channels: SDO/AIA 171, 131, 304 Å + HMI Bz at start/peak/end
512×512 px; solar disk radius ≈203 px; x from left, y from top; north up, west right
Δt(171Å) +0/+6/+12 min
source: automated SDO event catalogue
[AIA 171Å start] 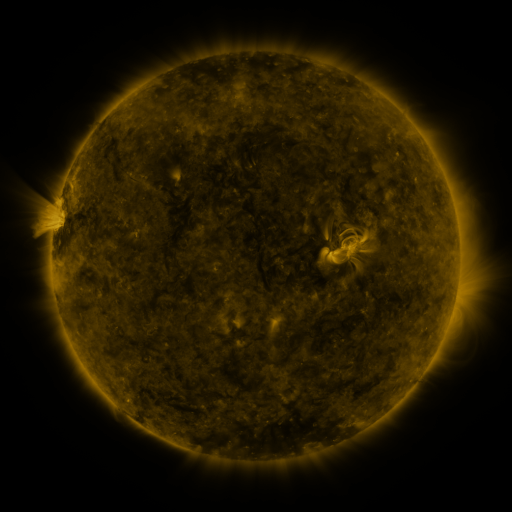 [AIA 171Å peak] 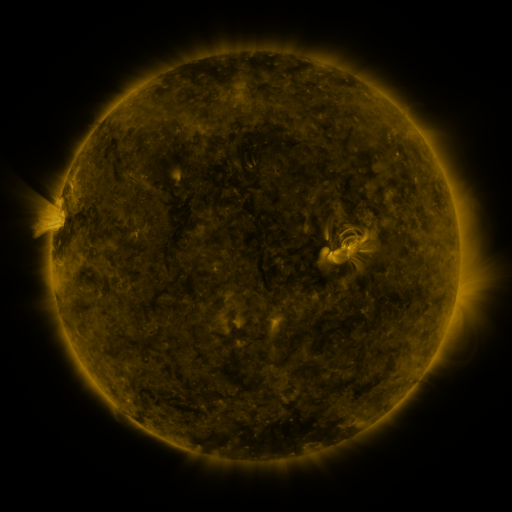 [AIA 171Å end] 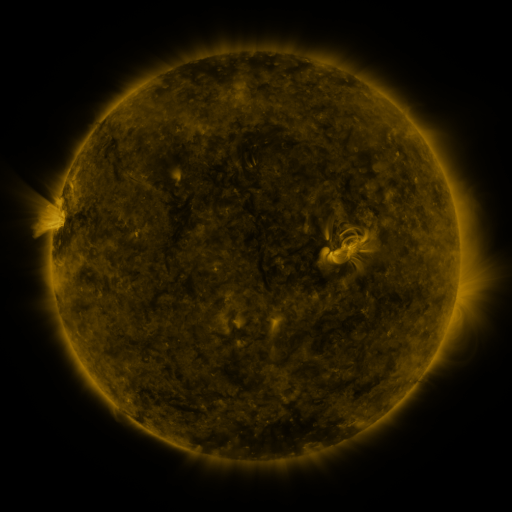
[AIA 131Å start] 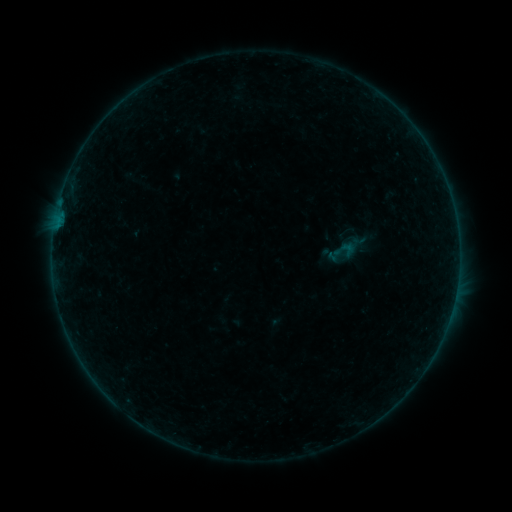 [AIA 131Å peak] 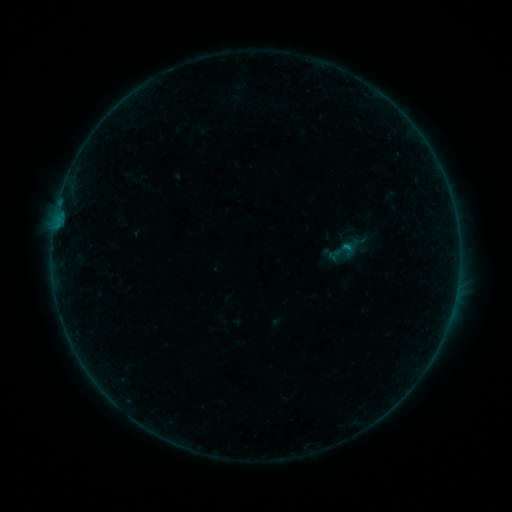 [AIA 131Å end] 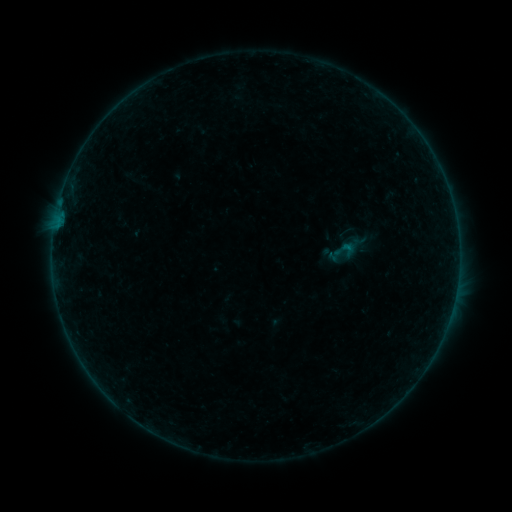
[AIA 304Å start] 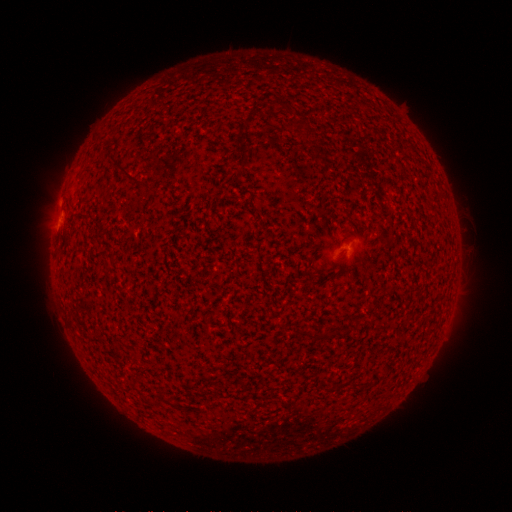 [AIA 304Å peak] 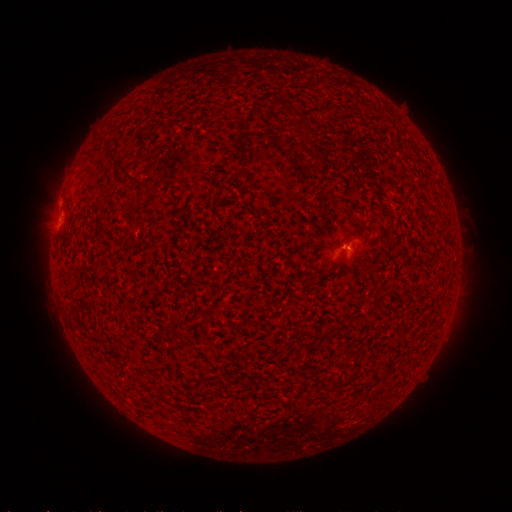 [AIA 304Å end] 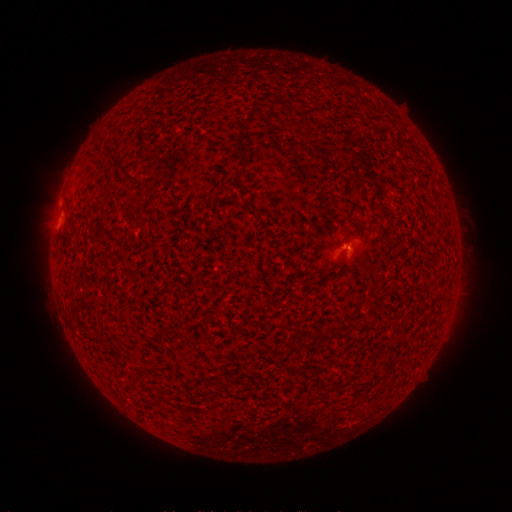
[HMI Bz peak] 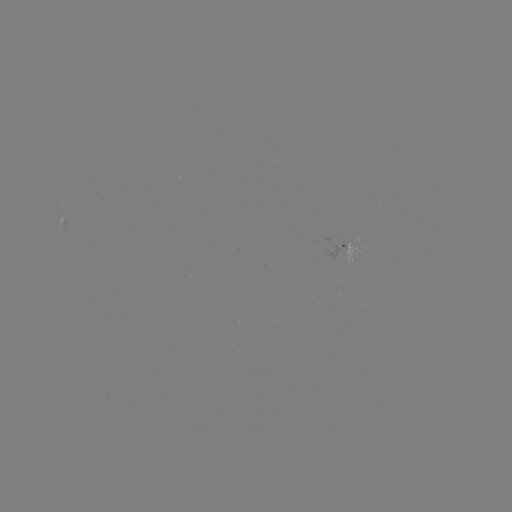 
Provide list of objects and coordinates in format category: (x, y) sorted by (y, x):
B1.8 flare: (345, 243)
